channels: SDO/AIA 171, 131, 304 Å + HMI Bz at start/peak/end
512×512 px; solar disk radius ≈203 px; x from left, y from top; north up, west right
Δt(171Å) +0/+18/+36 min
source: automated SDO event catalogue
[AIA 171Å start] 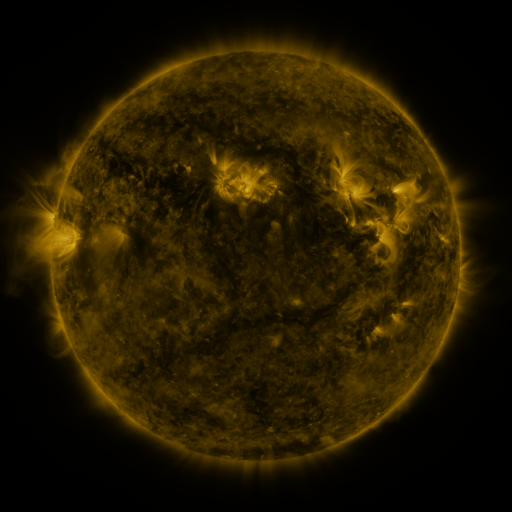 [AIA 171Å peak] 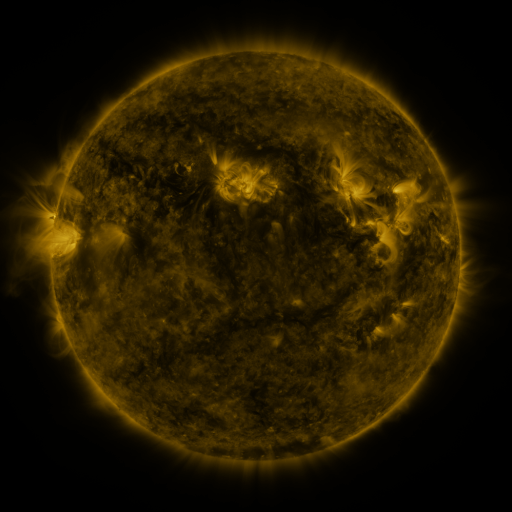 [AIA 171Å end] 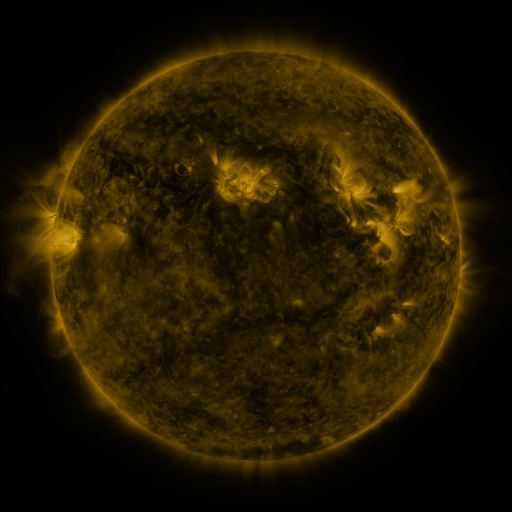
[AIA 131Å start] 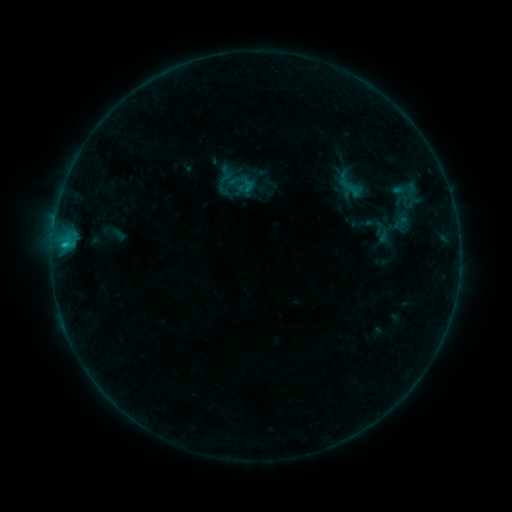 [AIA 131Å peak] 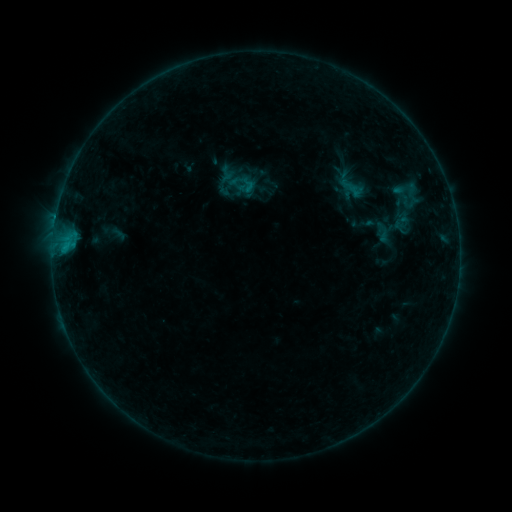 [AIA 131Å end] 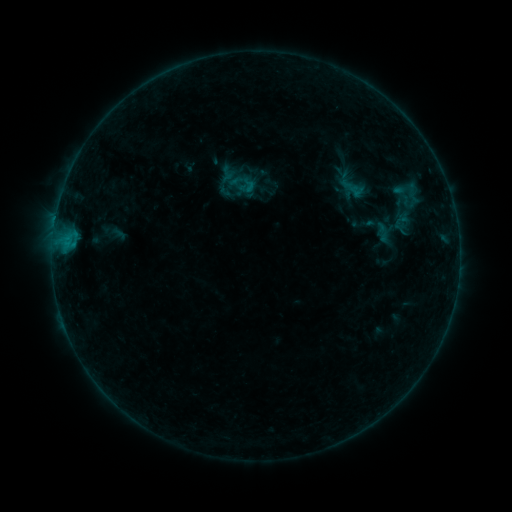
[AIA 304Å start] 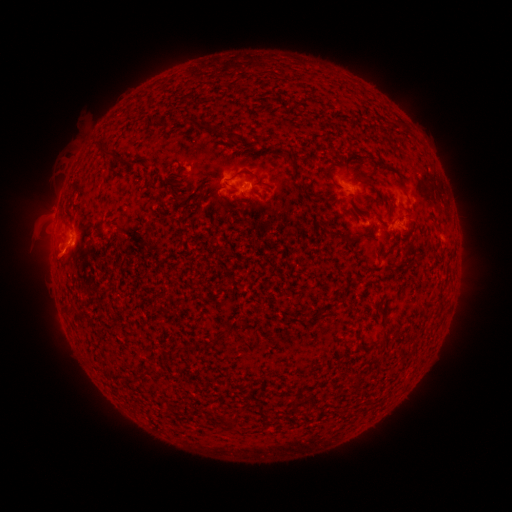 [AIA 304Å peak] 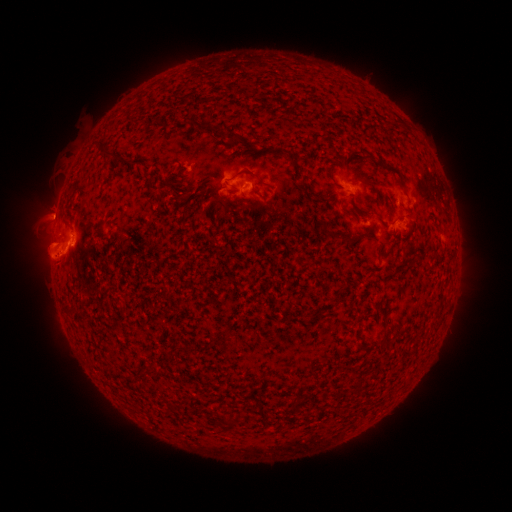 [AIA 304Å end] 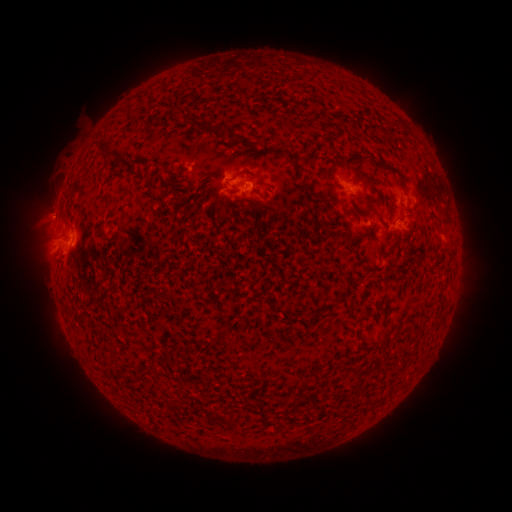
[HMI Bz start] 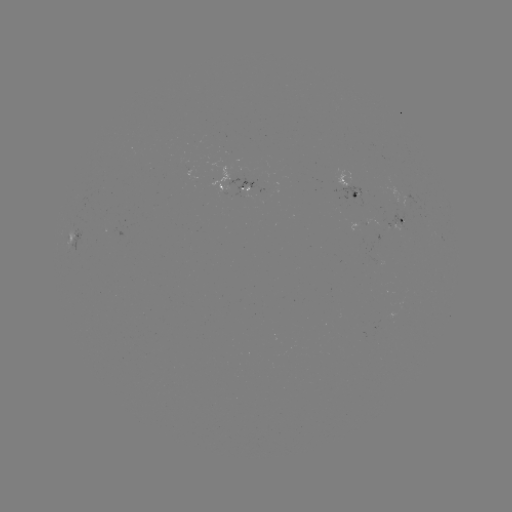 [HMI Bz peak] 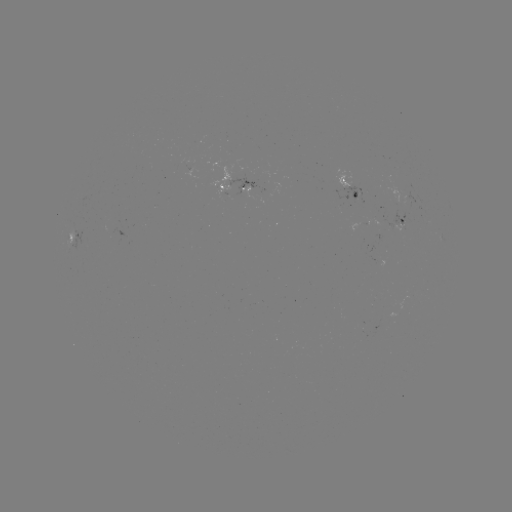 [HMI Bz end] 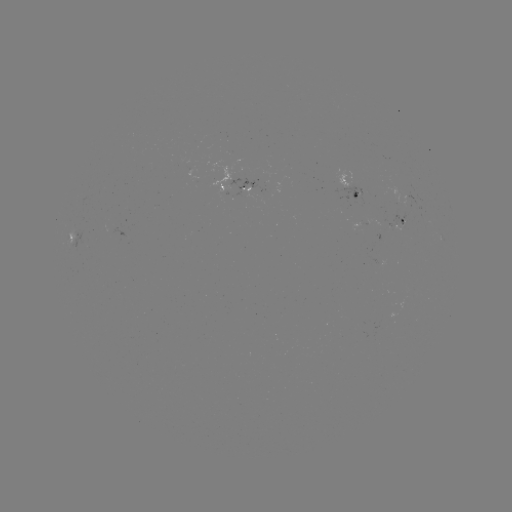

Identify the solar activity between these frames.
eruption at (48, 252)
